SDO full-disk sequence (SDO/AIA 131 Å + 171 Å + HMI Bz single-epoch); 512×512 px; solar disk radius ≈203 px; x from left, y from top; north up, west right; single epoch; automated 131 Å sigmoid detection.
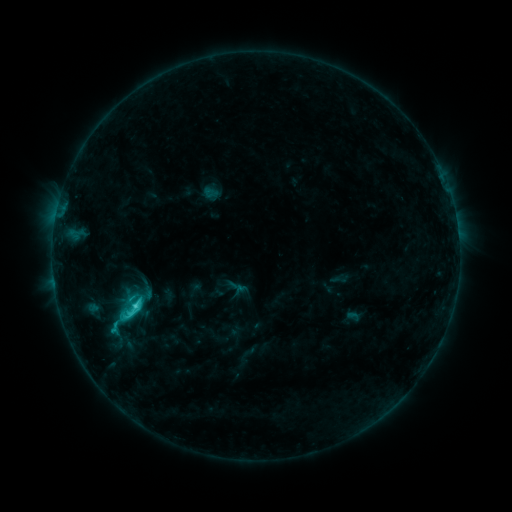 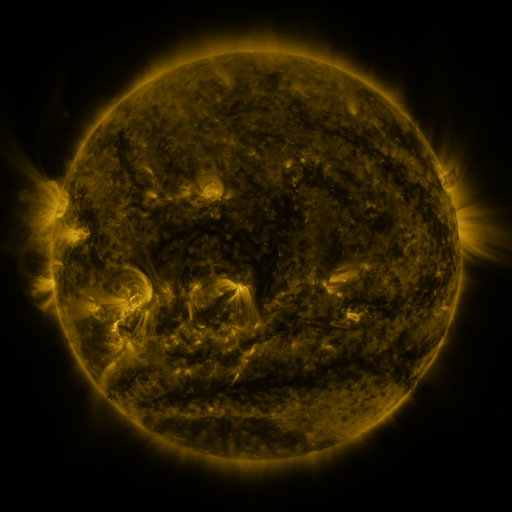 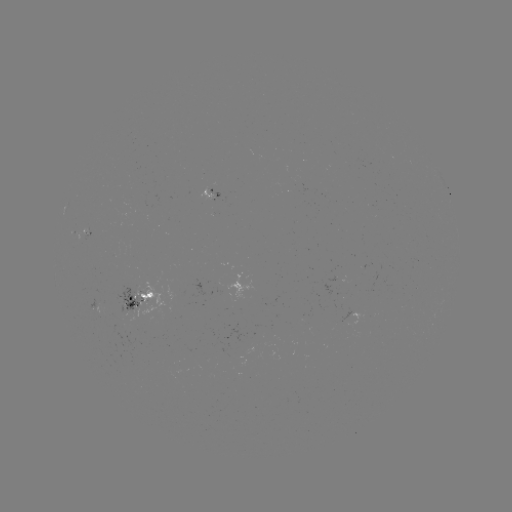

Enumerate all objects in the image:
sigmoid: <bbox>106, 294, 152, 327</bbox>
